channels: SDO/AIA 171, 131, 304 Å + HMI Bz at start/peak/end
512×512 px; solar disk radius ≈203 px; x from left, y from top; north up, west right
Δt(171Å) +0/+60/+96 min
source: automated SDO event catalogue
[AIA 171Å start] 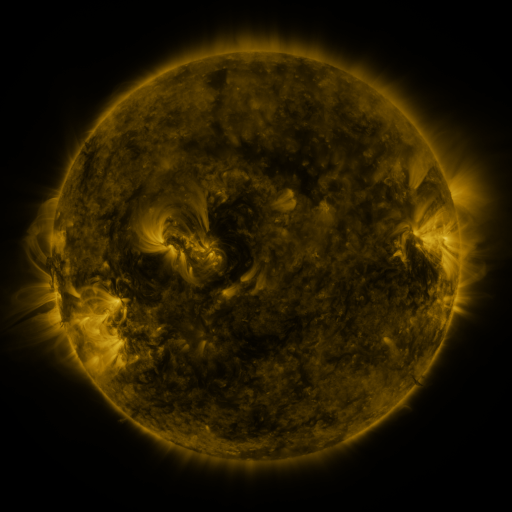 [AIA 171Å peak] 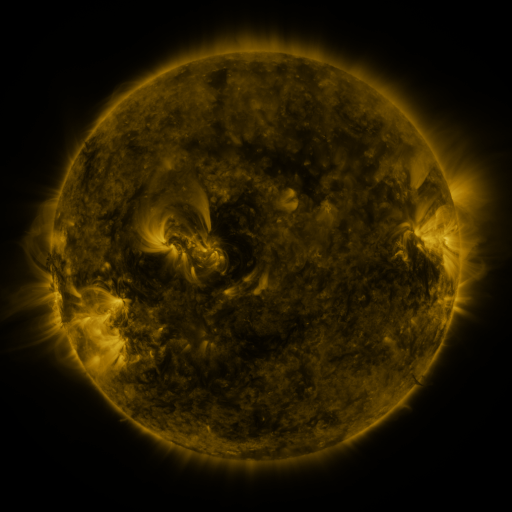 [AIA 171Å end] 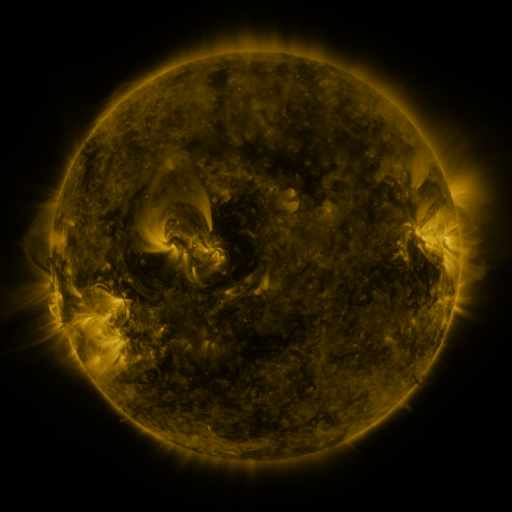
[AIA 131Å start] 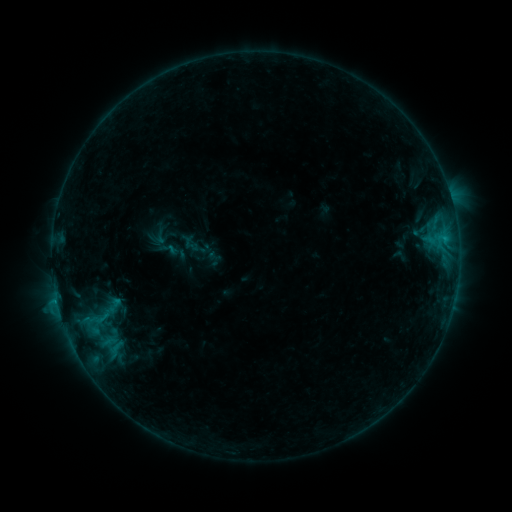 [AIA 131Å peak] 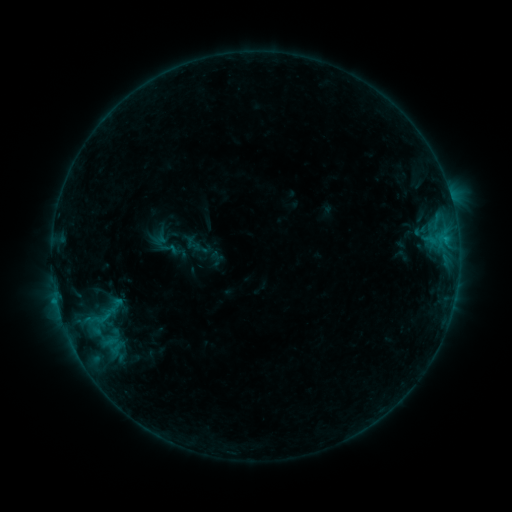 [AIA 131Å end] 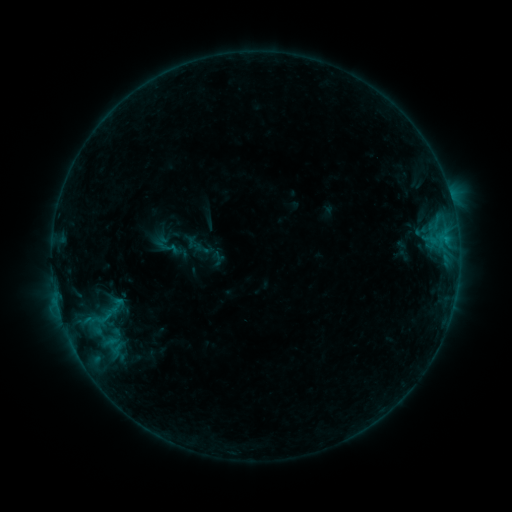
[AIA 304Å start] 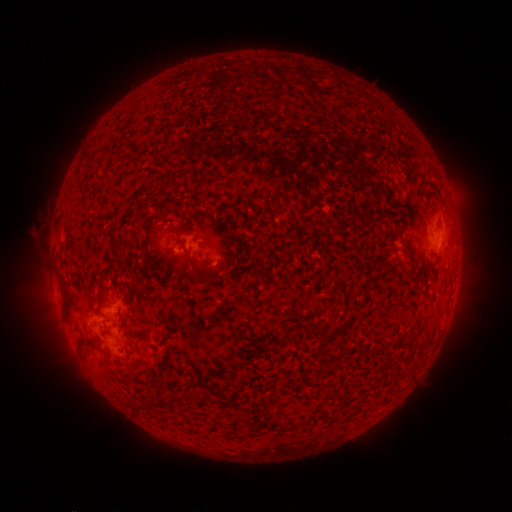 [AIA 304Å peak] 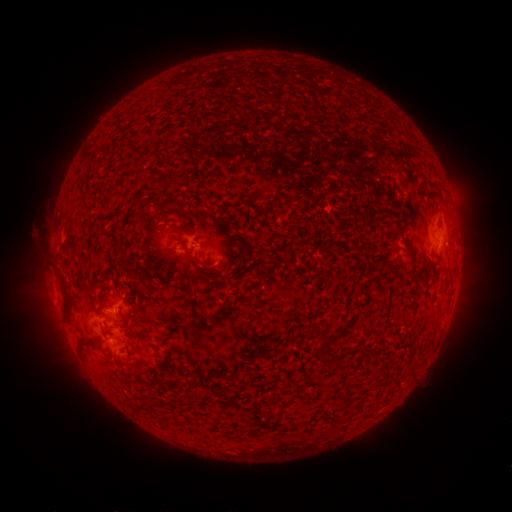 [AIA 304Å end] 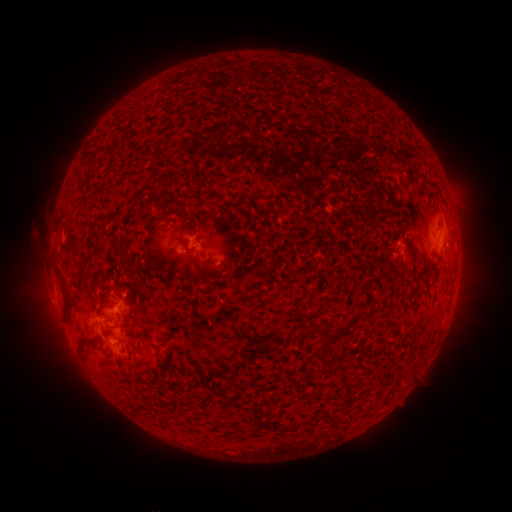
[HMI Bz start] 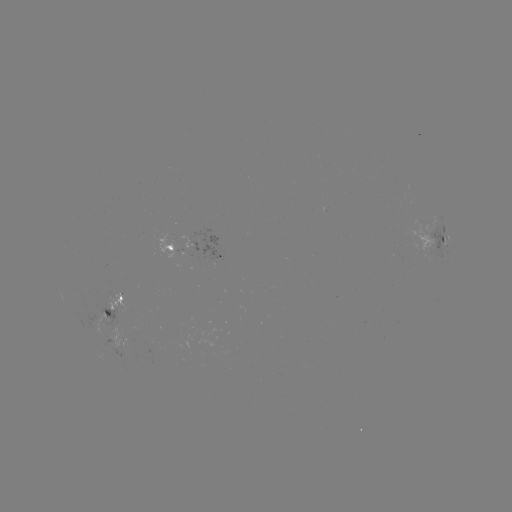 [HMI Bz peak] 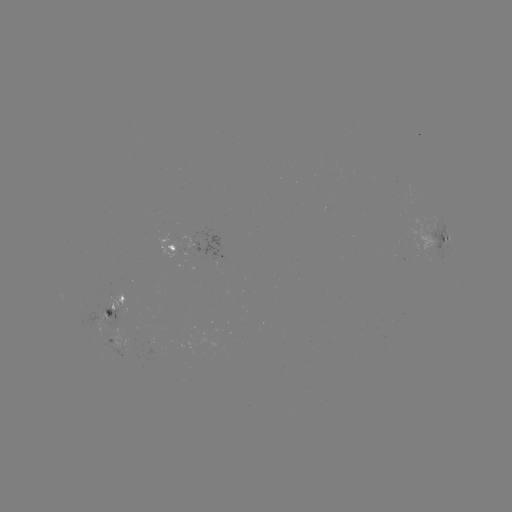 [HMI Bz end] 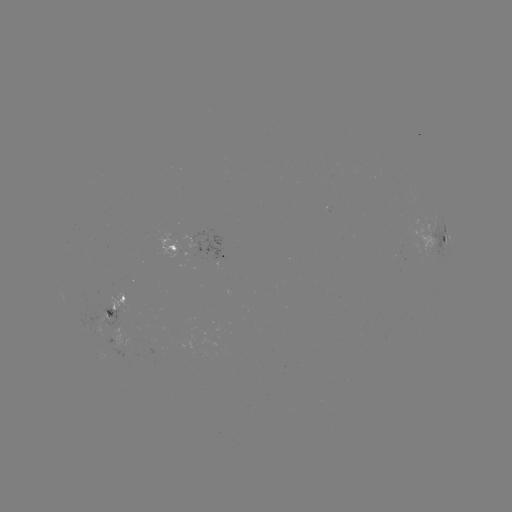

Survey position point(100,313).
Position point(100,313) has emerging-flux region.